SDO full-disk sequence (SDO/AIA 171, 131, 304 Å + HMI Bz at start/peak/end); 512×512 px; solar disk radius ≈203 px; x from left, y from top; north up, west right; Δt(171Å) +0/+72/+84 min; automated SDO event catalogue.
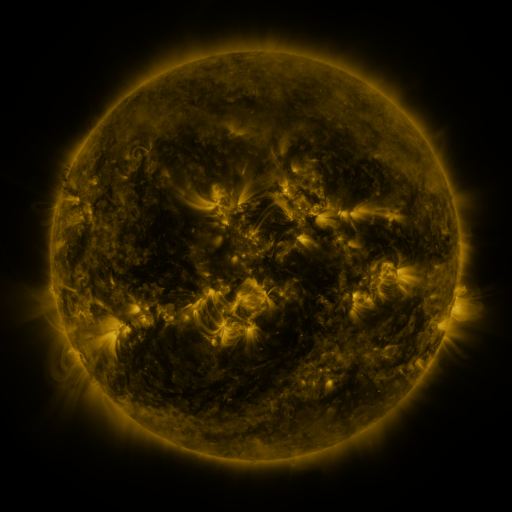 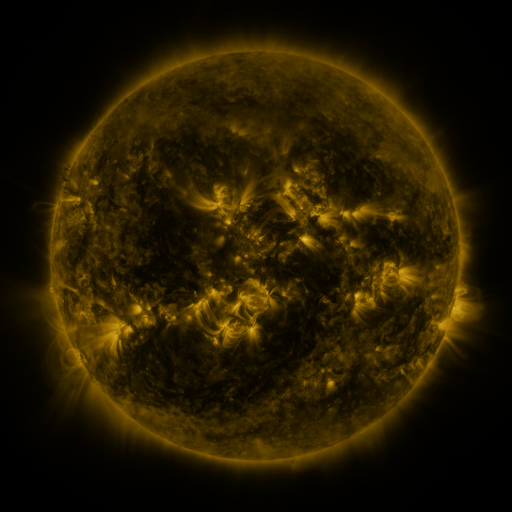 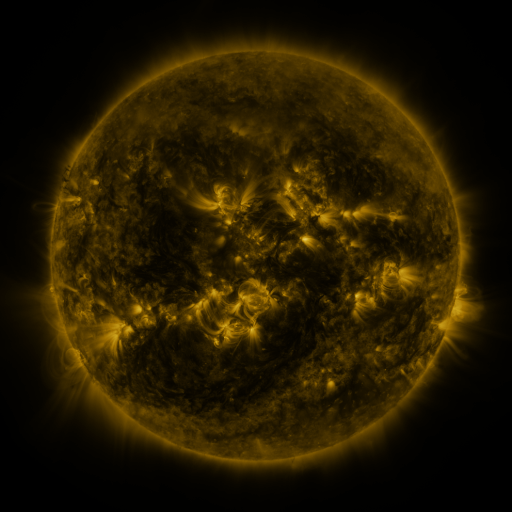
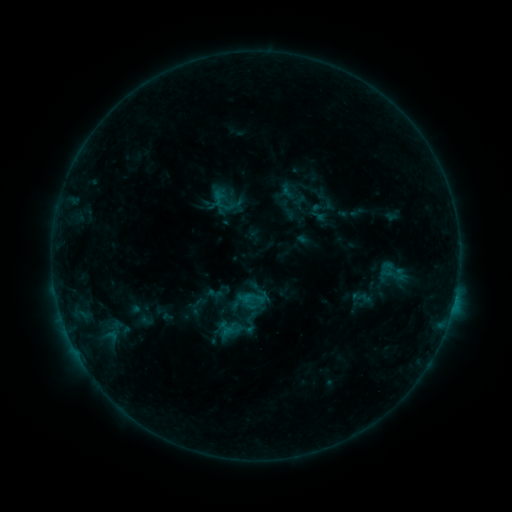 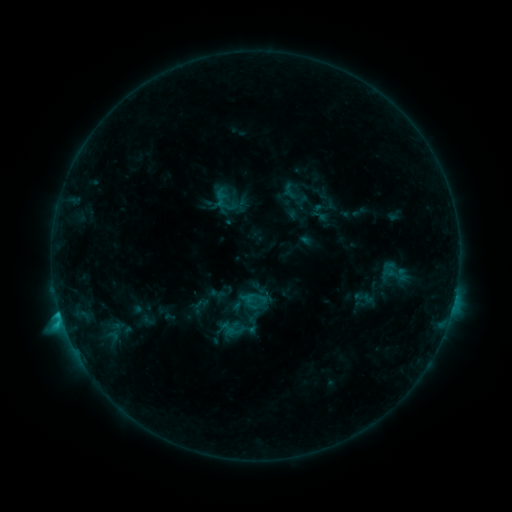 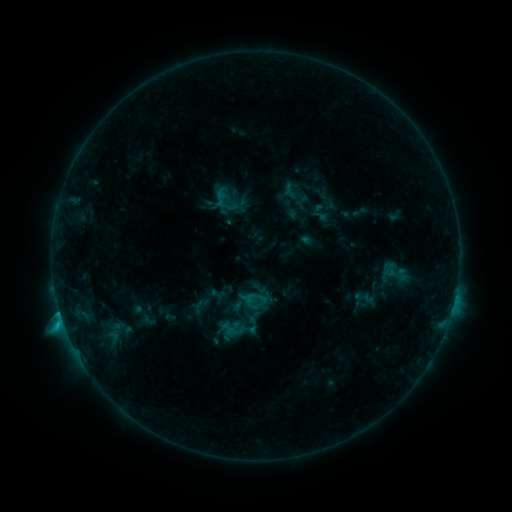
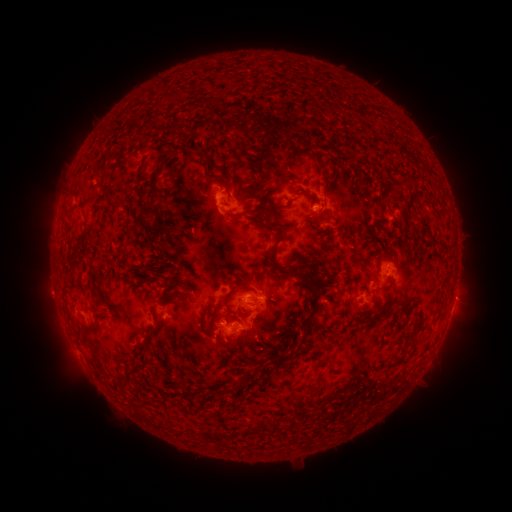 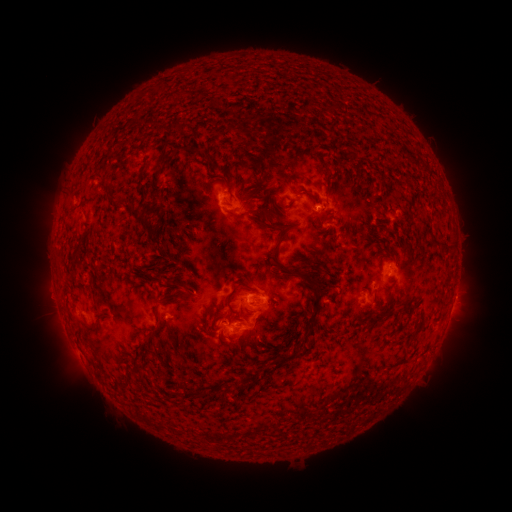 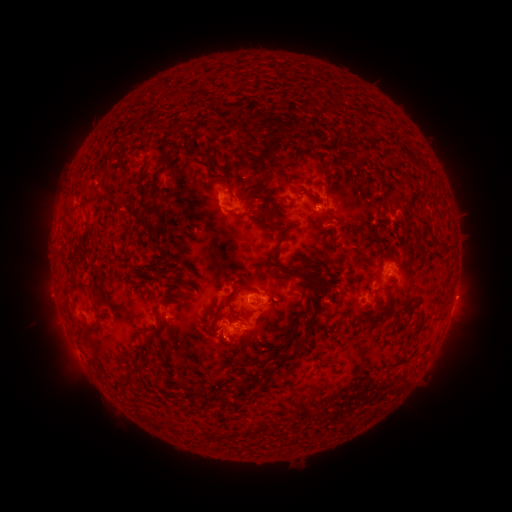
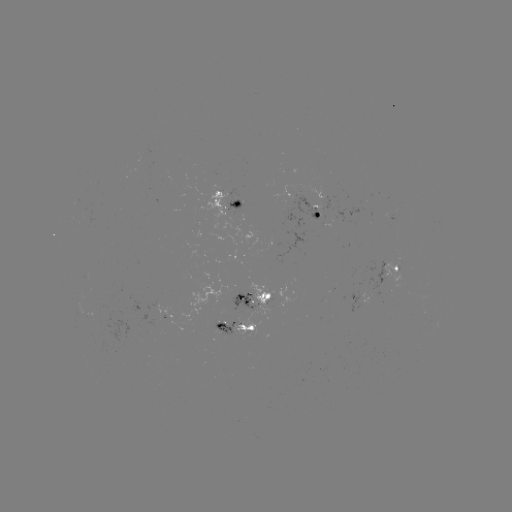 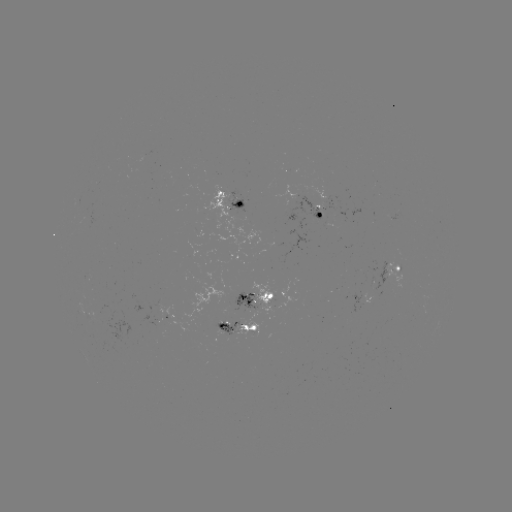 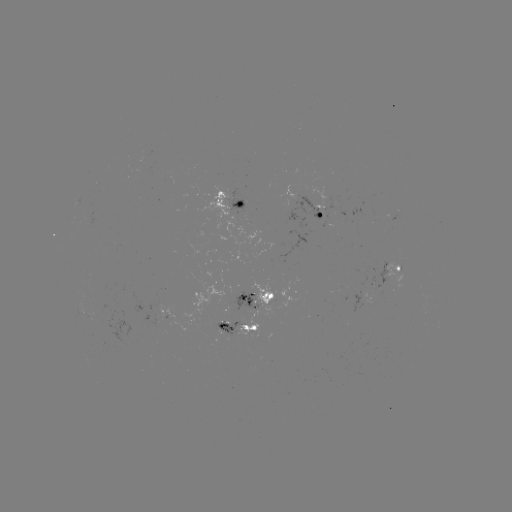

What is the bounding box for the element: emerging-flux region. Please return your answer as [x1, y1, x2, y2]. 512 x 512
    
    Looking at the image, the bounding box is [249, 281, 273, 315].